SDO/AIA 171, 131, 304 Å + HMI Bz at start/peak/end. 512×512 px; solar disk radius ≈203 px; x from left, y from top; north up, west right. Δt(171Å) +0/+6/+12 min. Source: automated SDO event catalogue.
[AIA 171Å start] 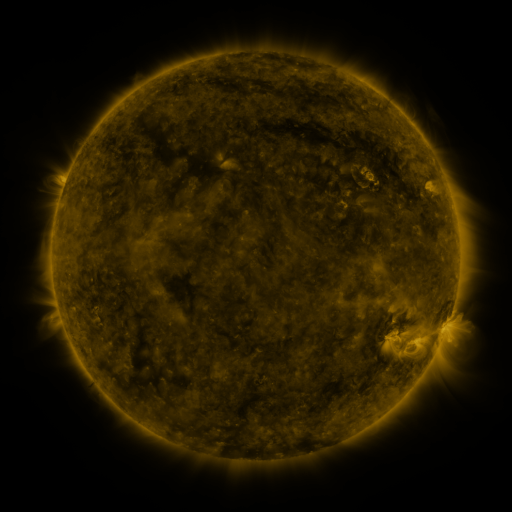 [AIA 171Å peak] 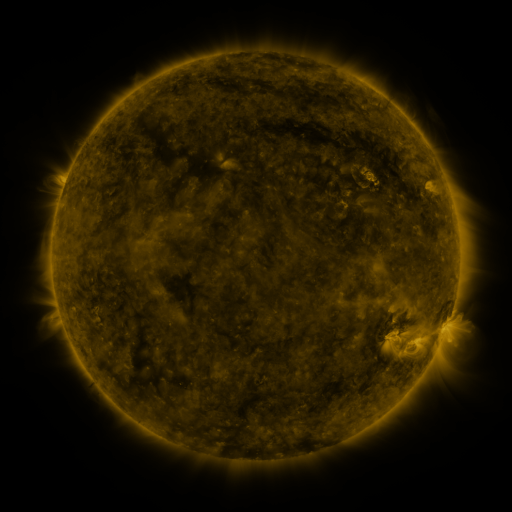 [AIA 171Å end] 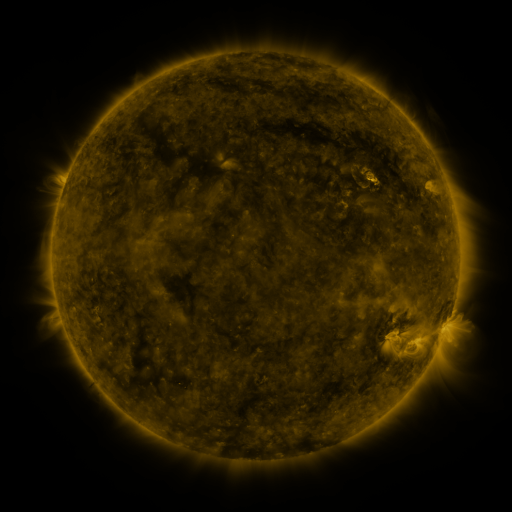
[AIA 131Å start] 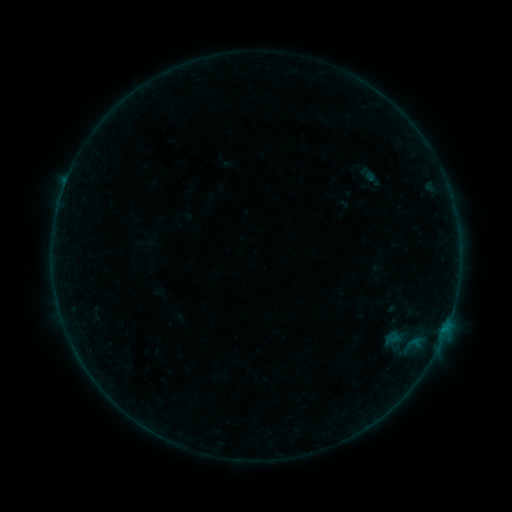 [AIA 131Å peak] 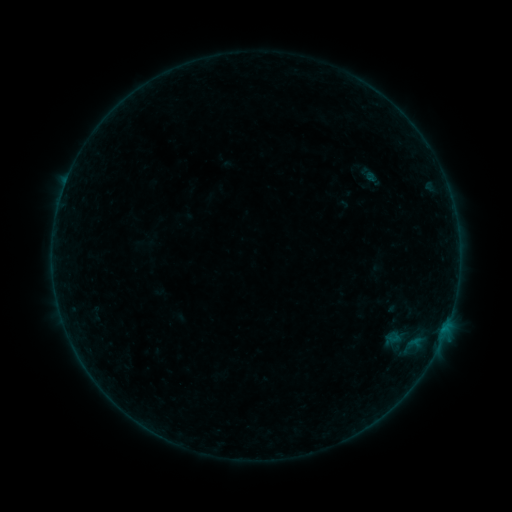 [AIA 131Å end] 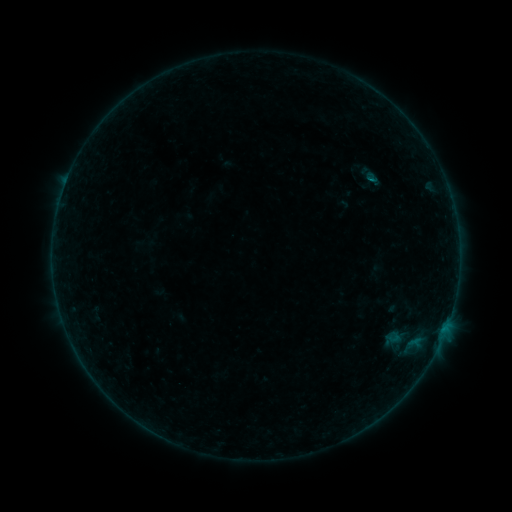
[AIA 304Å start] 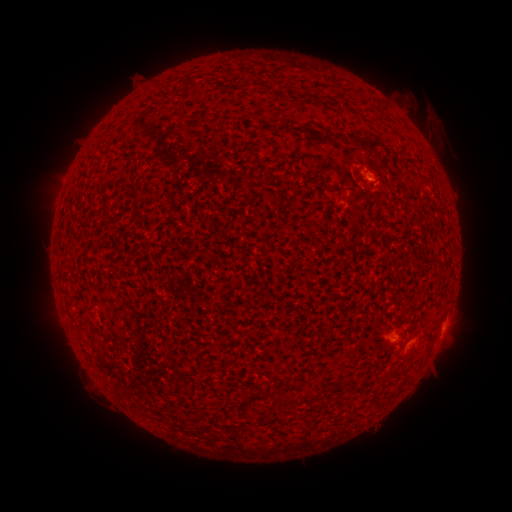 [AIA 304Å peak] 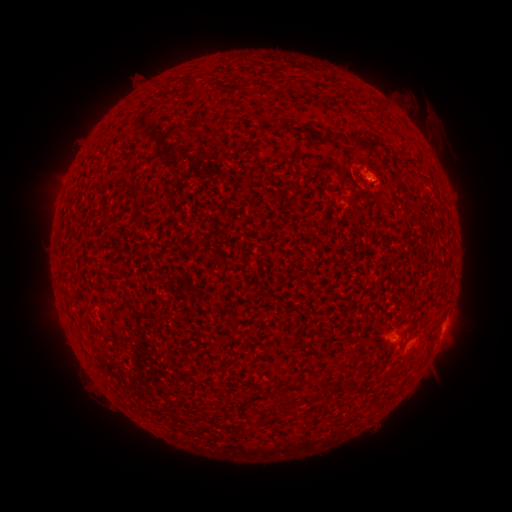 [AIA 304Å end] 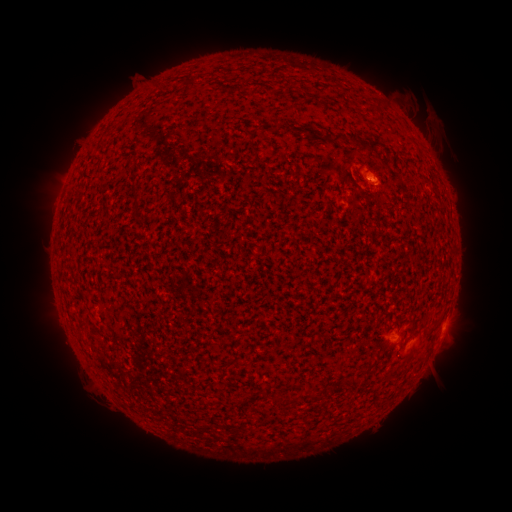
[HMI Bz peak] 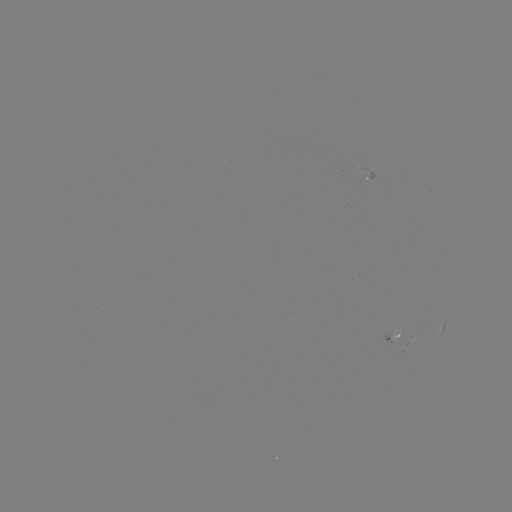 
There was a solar flare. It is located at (369, 177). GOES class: B3.0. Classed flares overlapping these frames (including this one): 1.